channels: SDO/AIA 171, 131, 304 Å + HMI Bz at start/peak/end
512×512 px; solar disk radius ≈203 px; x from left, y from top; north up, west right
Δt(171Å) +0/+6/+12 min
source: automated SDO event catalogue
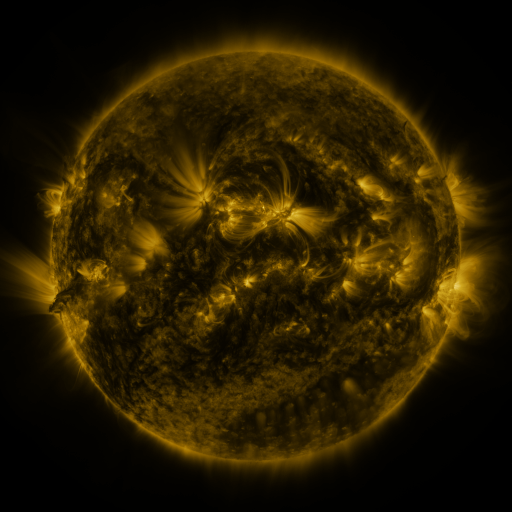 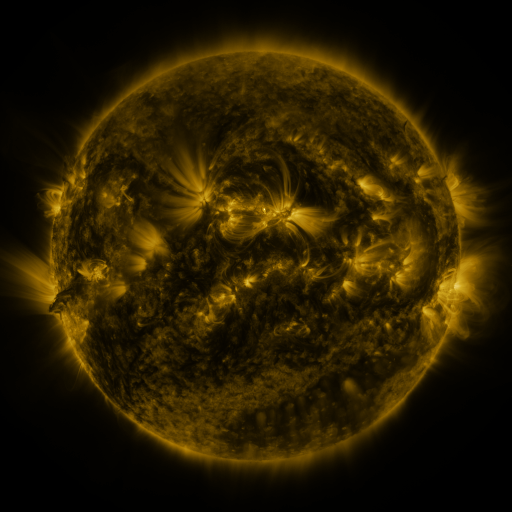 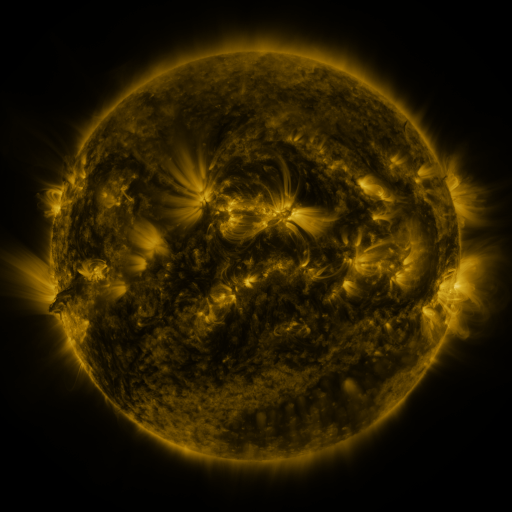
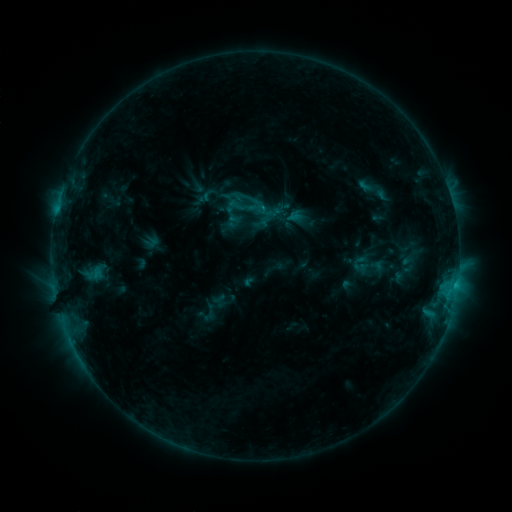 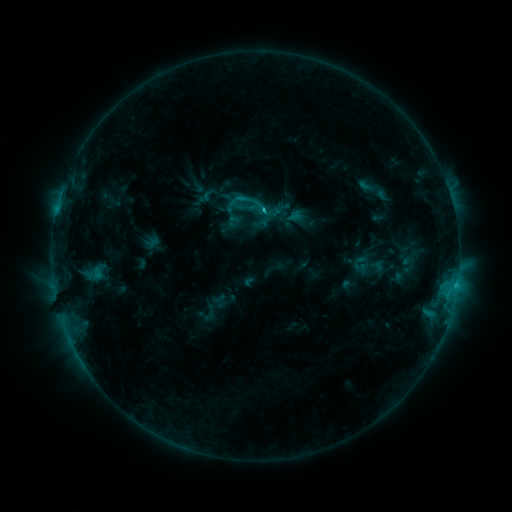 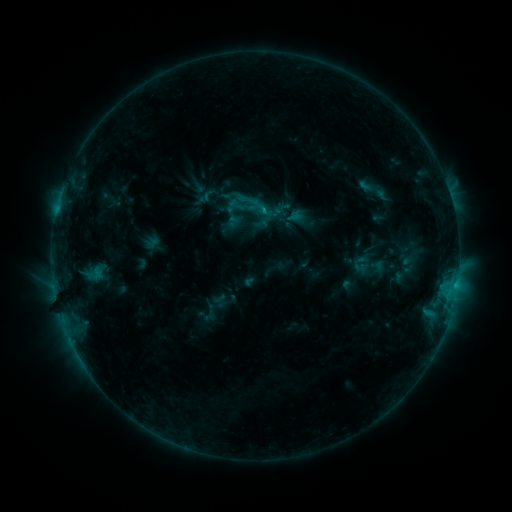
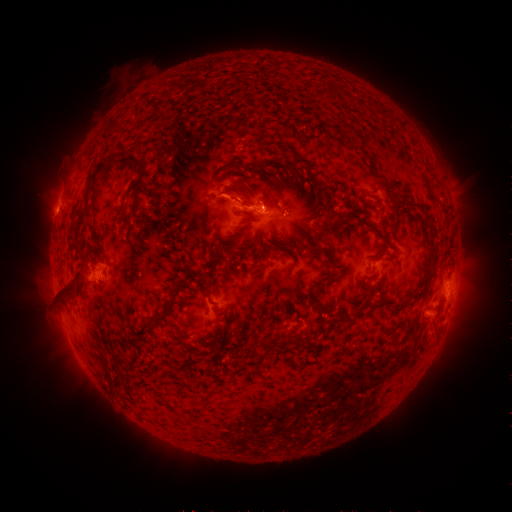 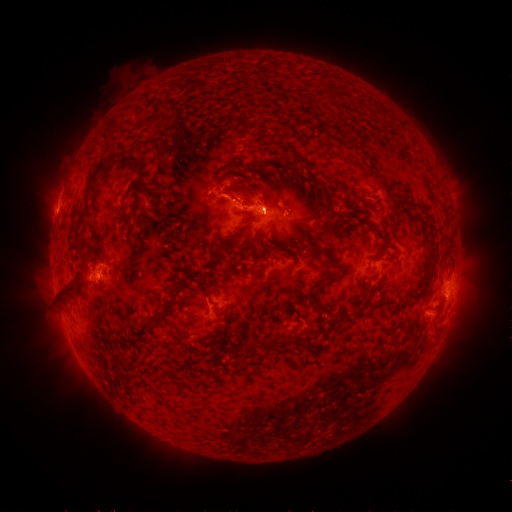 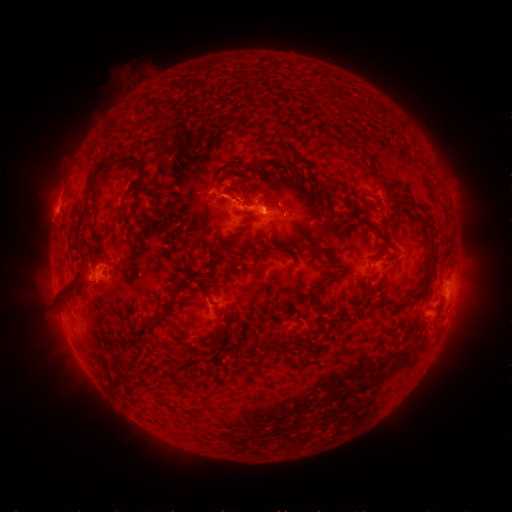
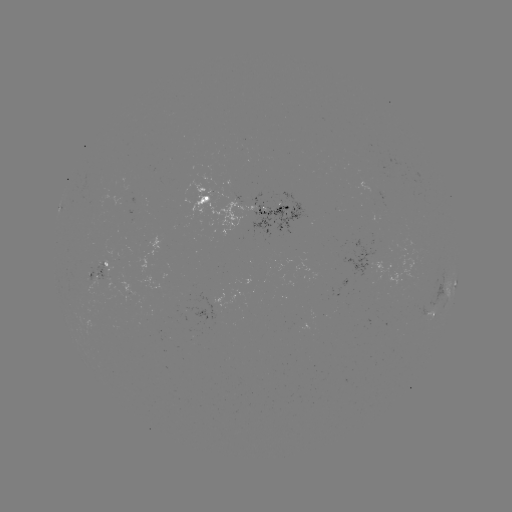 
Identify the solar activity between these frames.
C1.4 flare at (263, 213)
